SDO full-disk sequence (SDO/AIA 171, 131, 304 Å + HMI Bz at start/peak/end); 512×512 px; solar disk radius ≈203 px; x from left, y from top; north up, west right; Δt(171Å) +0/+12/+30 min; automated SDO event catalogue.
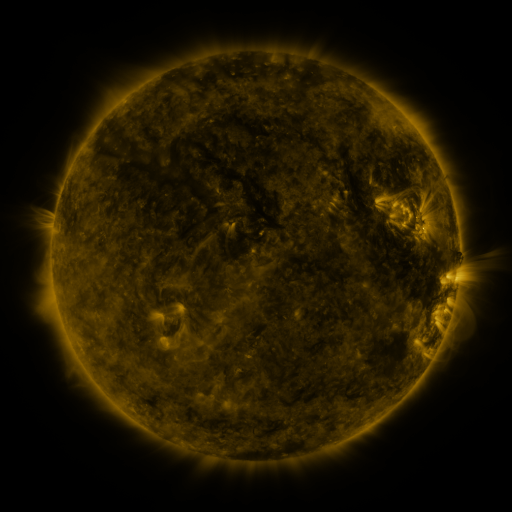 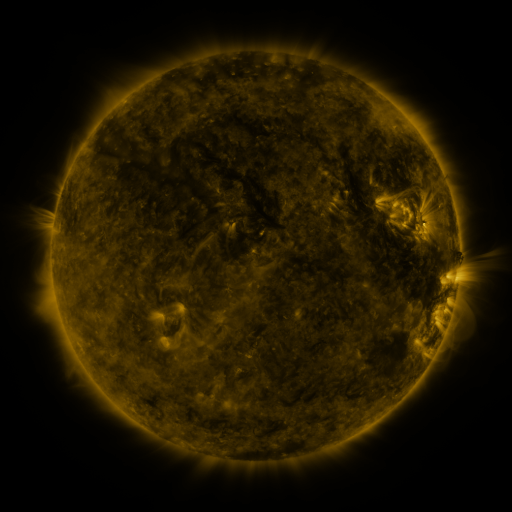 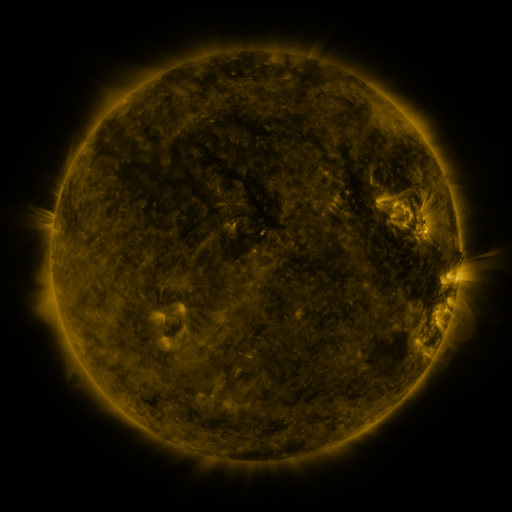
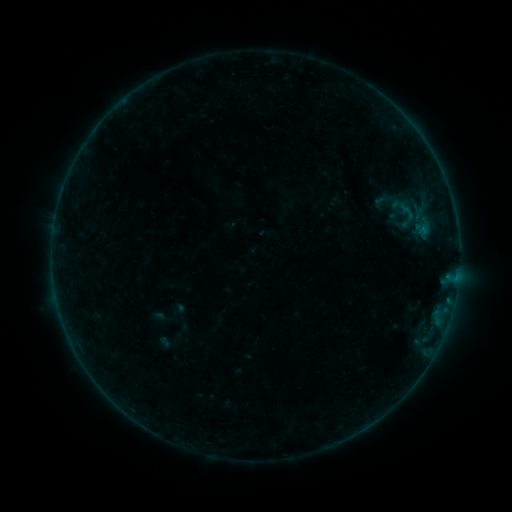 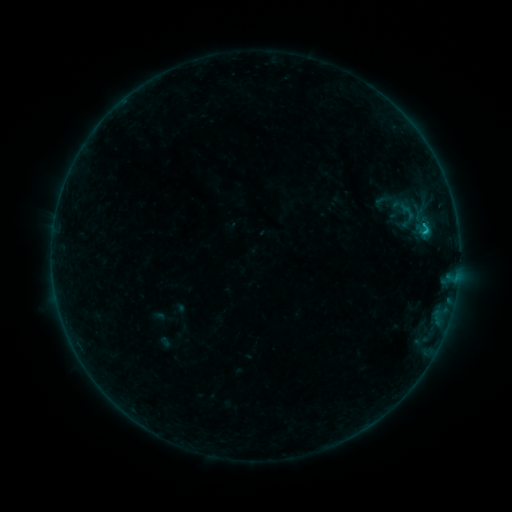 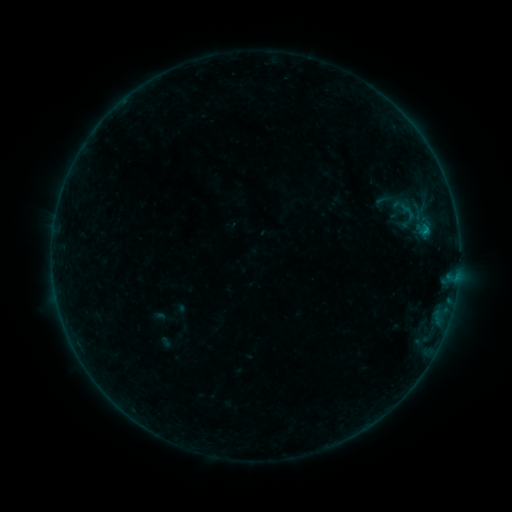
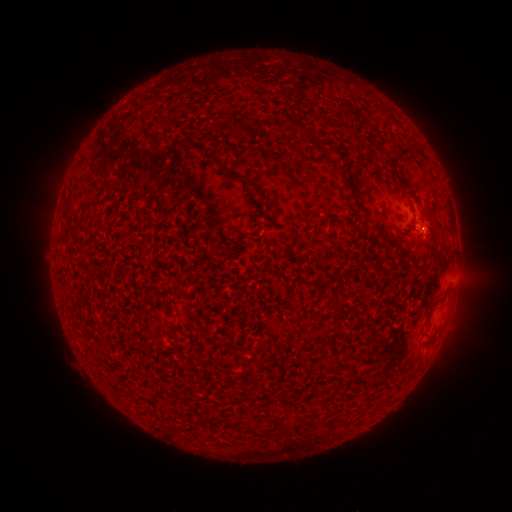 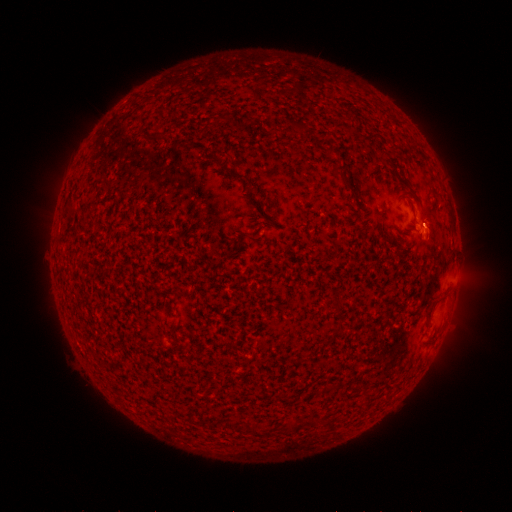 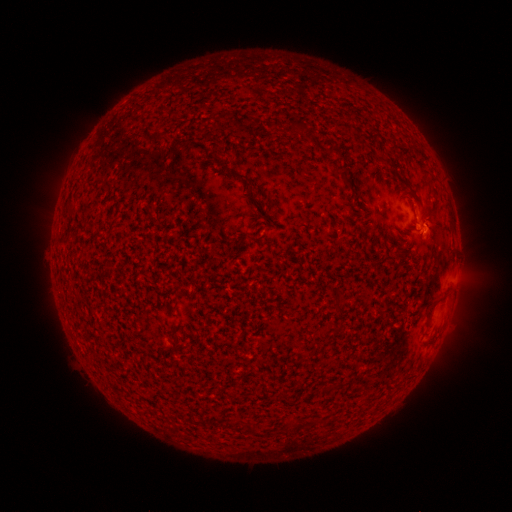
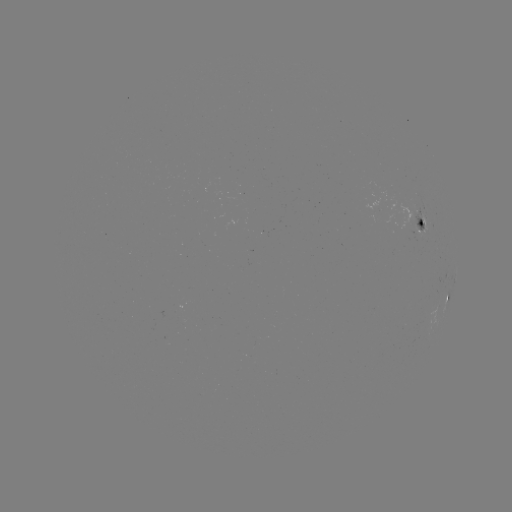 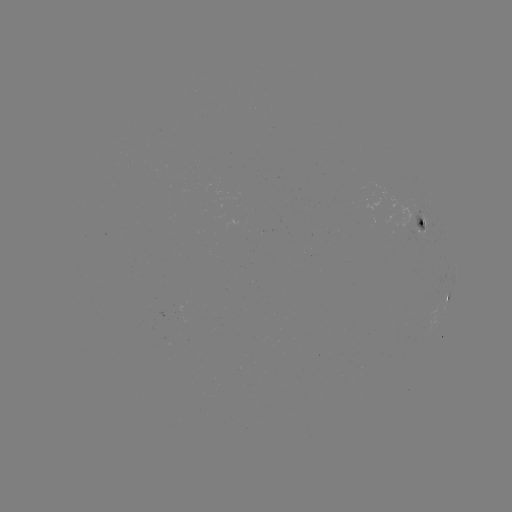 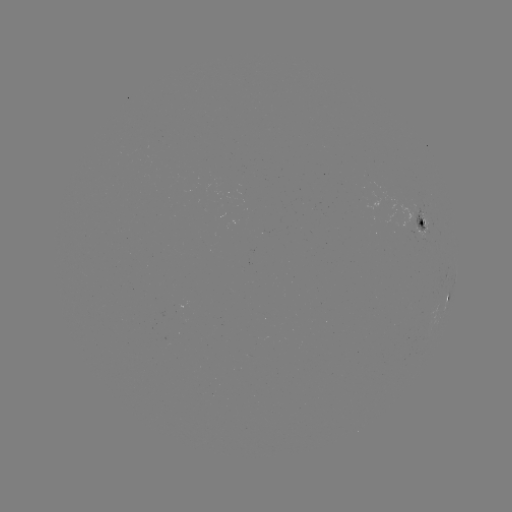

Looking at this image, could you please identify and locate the B5.6 flare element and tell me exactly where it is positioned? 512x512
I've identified B5.6 flare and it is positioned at (424, 233).